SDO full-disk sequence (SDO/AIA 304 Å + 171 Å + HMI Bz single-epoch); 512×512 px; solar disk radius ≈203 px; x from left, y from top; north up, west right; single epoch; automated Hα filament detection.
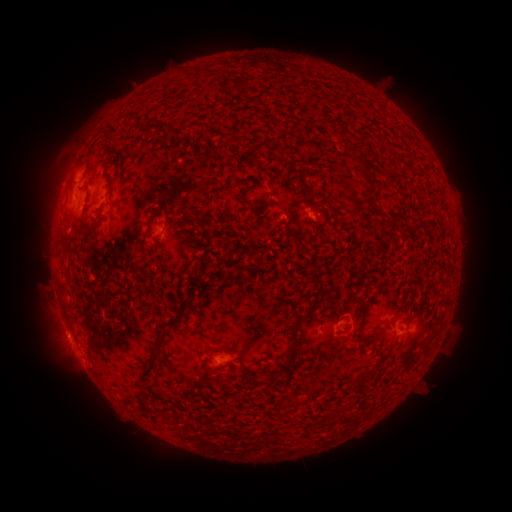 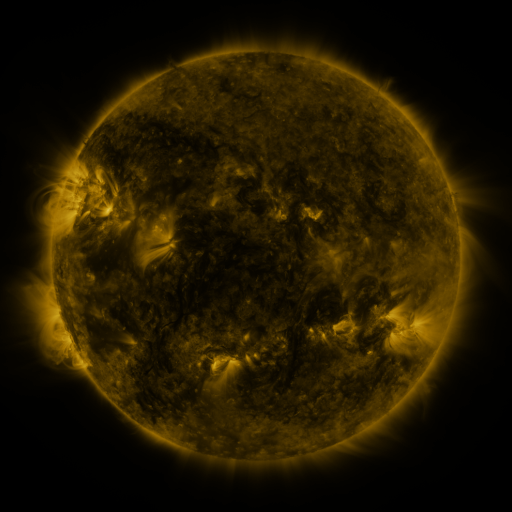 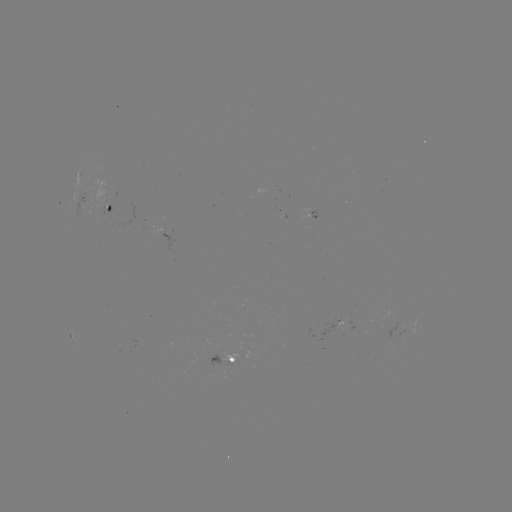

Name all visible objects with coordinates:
filament: <bbox>194, 67, 204, 82</bbox>
filament: <bbox>230, 77, 248, 93</bbox>
filament: <bbox>107, 131, 117, 145</bbox>
filament: <bbox>345, 144, 361, 158</bbox>
filament: <bbox>358, 166, 376, 187</bbox>
filament: <bbox>366, 194, 376, 207</bbox>
filament: <bbox>291, 199, 304, 229</bbox>
filament: <bbox>146, 208, 161, 228</bbox>
filament: <bbox>90, 219, 101, 228</bbox>
filament: <bbox>186, 276, 203, 287</bbox>
filament: <bbox>60, 280, 68, 300</bbox>
filament: <bbox>279, 313, 308, 372</bbox>
filament: <bbox>139, 317, 179, 380</bbox>
filament: <bbox>403, 327, 413, 336</bbox>
filament: <bbox>215, 344, 226, 352</bbox>
filament: <bbox>200, 362, 218, 375</bbox>
filament: <bbox>362, 364, 377, 379</bbox>
filament: <bbox>217, 393, 245, 403</bbox>
filament: <bbox>139, 398, 149, 412</bbox>
